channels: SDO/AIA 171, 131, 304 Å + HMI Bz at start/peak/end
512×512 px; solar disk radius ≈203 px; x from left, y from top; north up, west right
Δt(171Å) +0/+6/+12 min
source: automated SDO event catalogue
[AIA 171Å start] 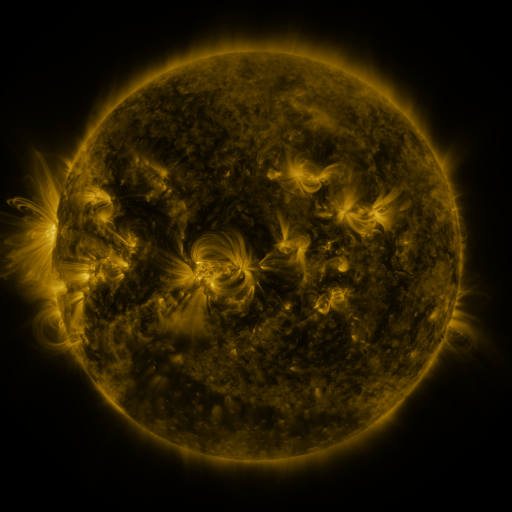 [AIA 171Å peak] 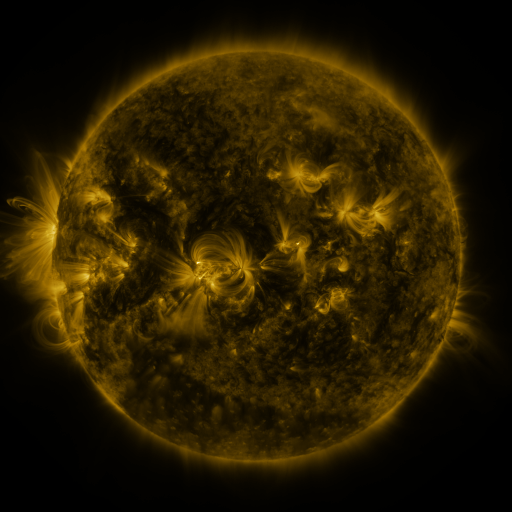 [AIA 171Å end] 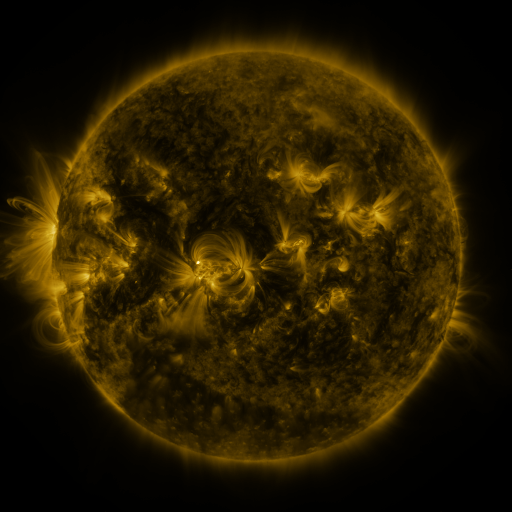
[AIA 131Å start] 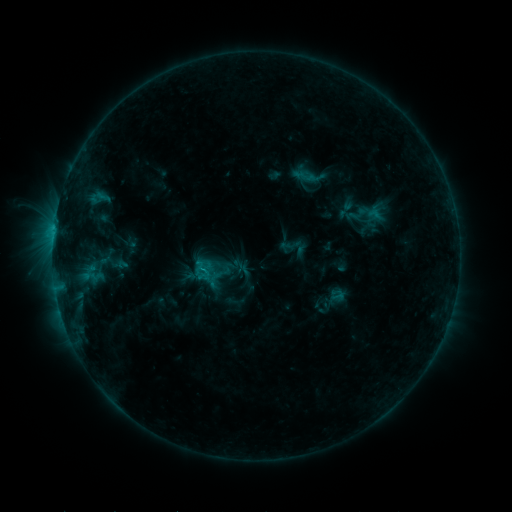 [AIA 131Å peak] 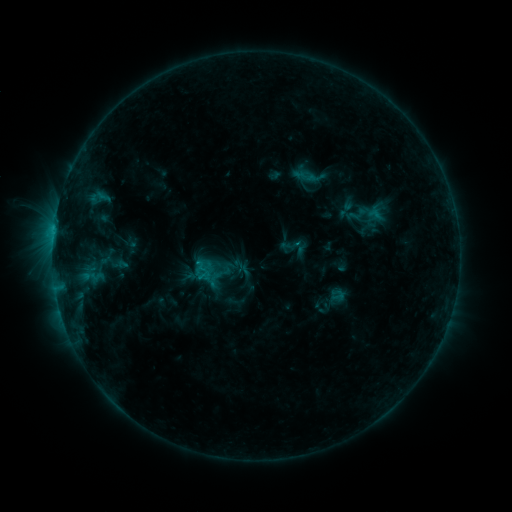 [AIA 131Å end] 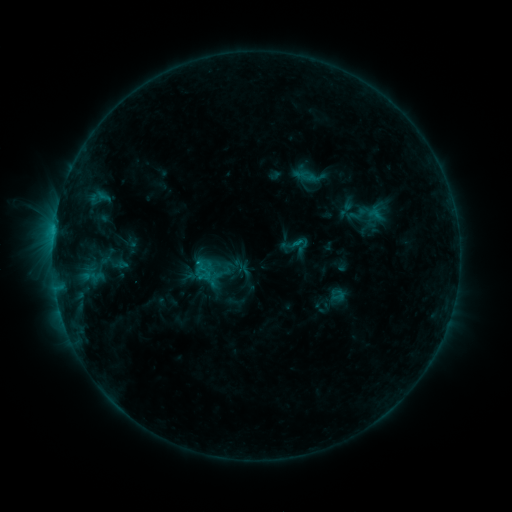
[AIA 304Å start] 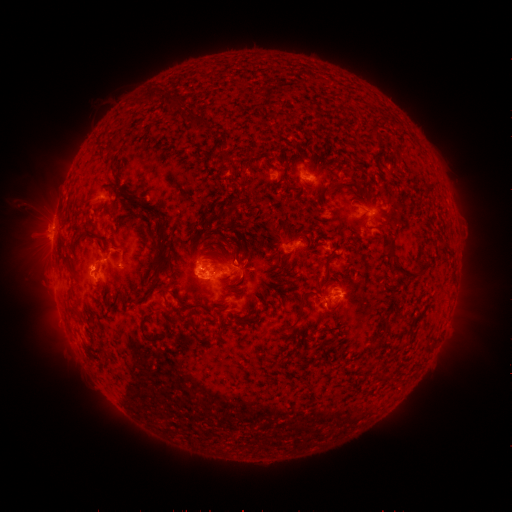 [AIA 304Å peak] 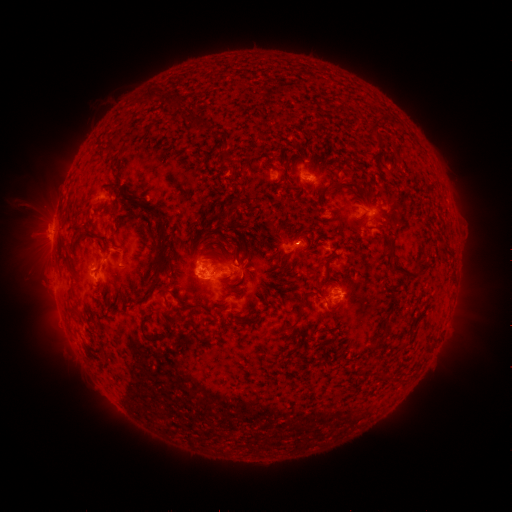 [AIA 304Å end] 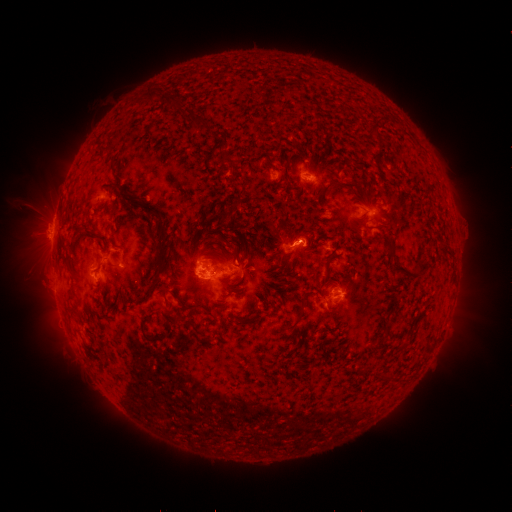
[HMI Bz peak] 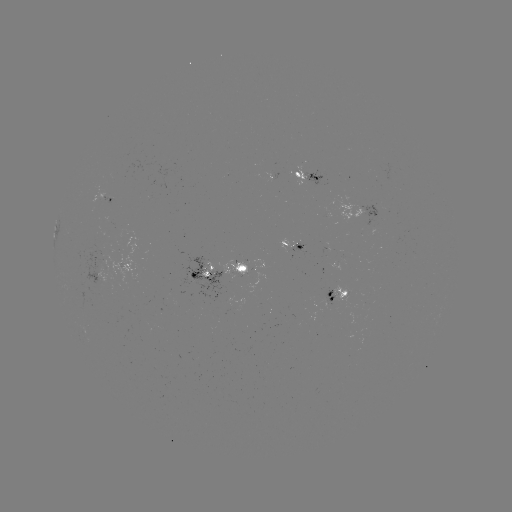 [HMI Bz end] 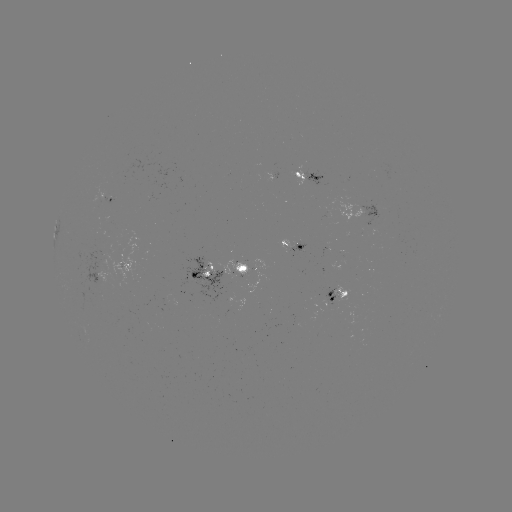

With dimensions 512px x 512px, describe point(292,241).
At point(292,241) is eruption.